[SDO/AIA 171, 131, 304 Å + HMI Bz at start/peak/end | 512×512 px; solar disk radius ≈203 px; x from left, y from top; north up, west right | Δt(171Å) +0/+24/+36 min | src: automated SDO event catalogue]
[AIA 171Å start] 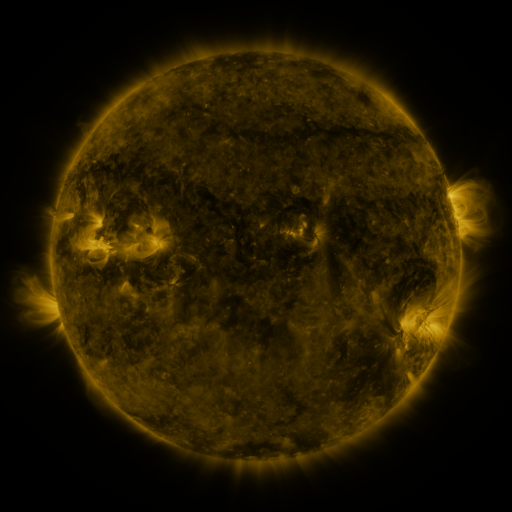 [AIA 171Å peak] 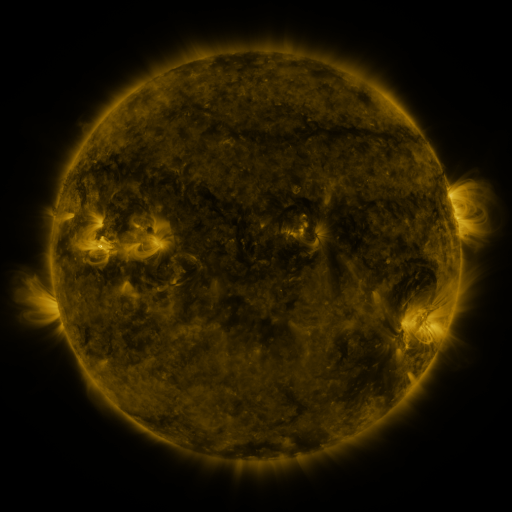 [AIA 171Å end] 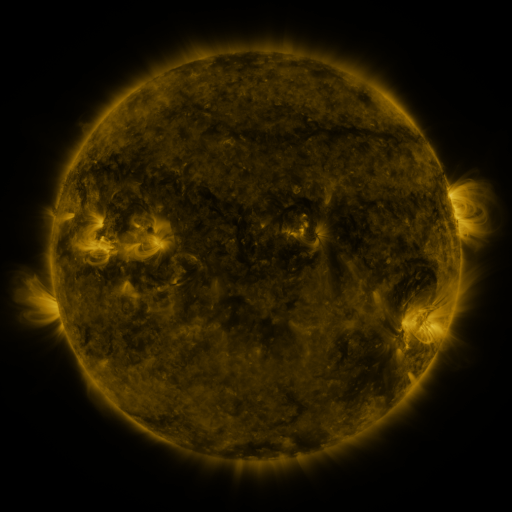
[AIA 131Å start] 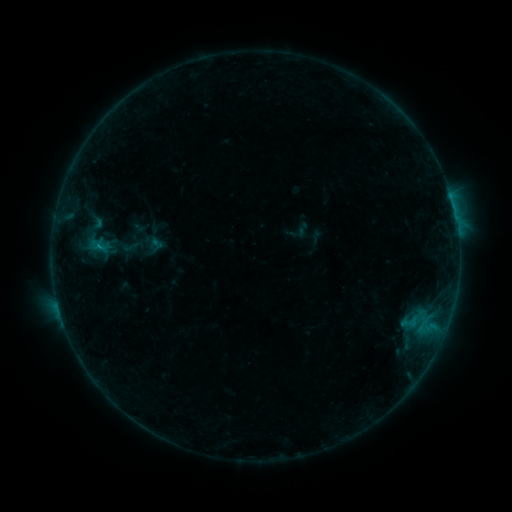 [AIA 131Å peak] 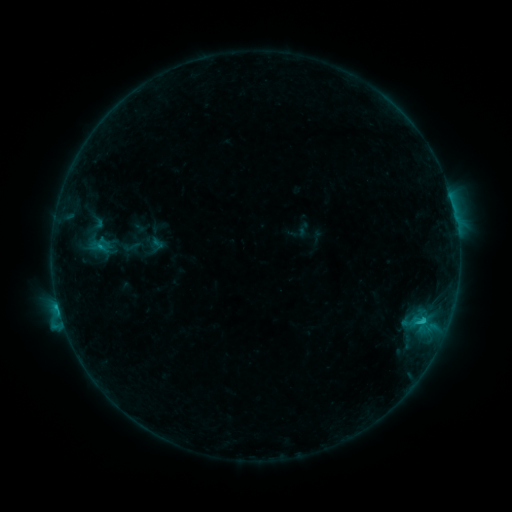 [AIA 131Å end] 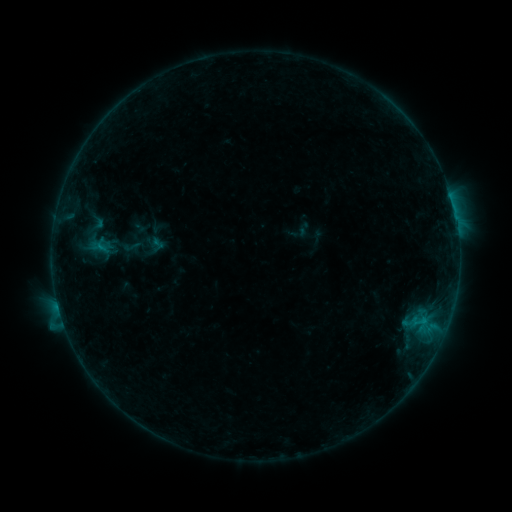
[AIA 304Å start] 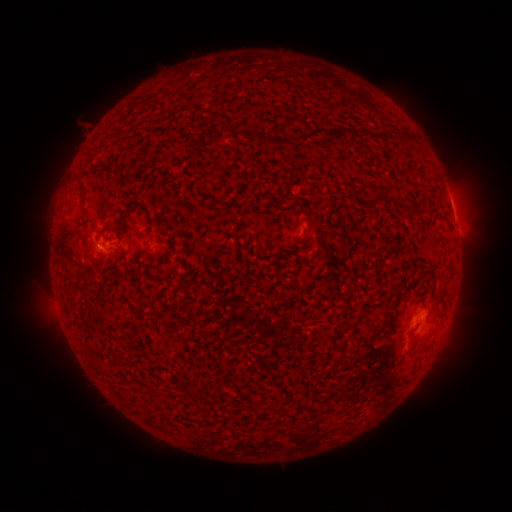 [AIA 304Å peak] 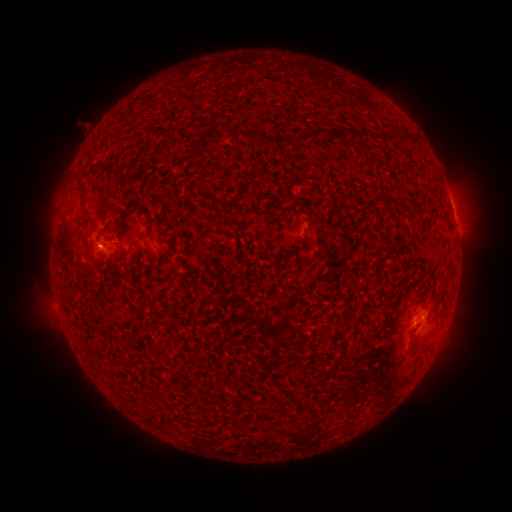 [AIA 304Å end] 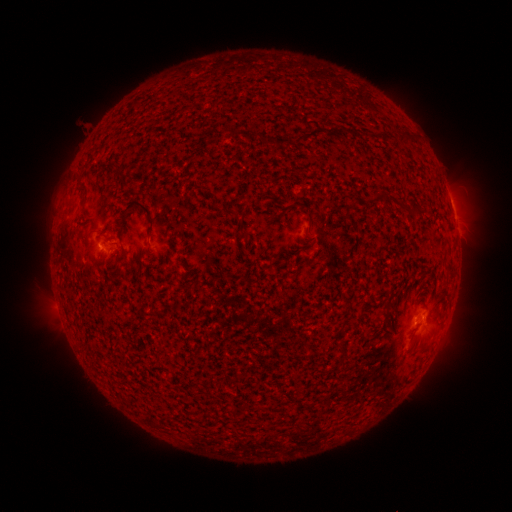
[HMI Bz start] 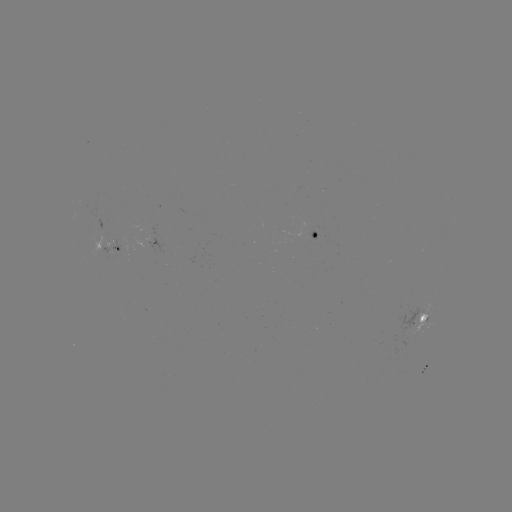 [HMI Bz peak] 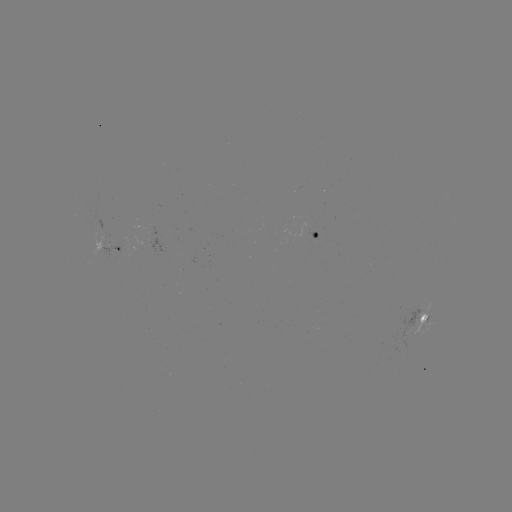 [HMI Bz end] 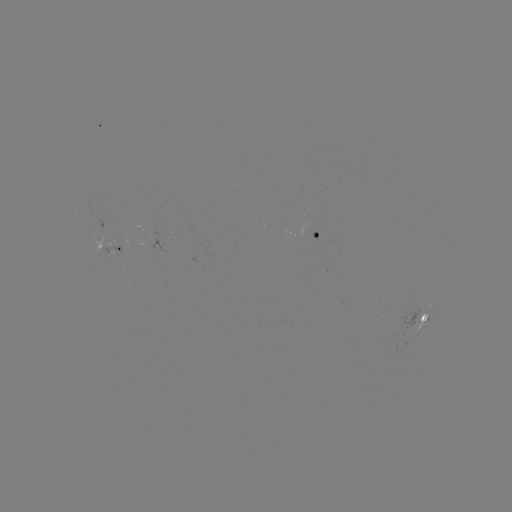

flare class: C1.3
